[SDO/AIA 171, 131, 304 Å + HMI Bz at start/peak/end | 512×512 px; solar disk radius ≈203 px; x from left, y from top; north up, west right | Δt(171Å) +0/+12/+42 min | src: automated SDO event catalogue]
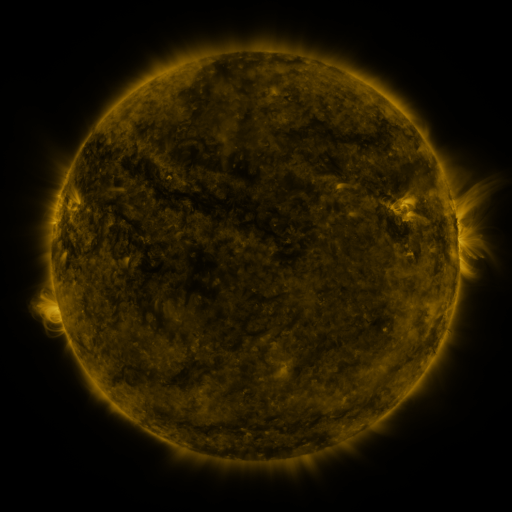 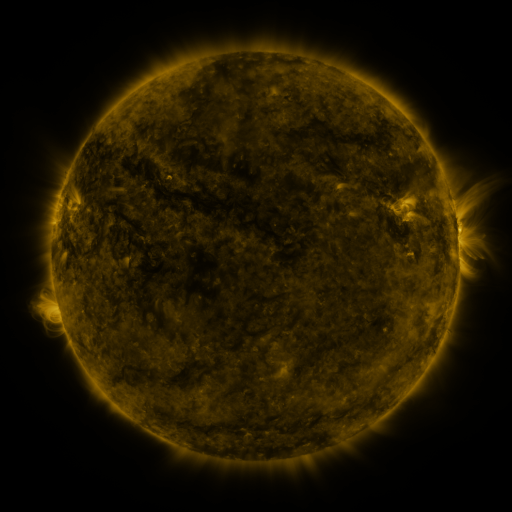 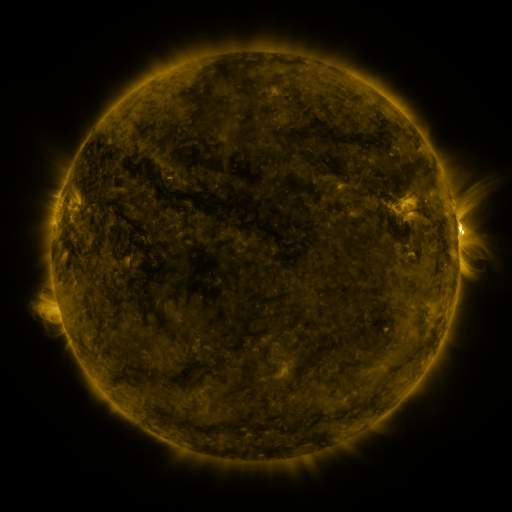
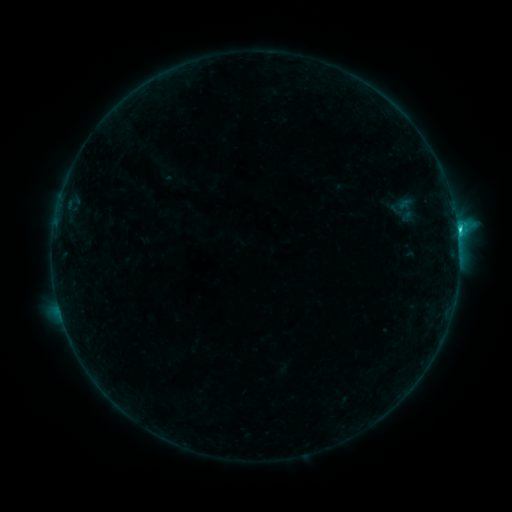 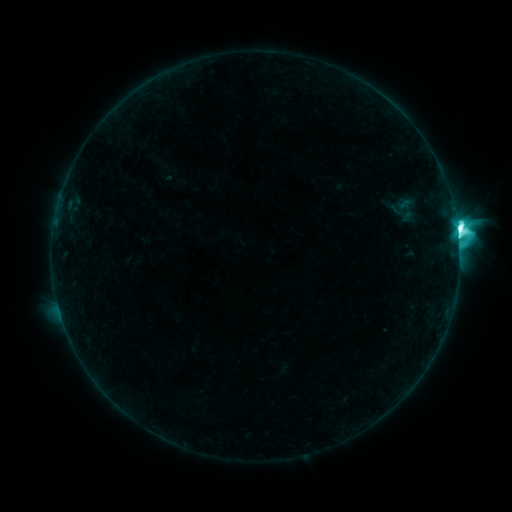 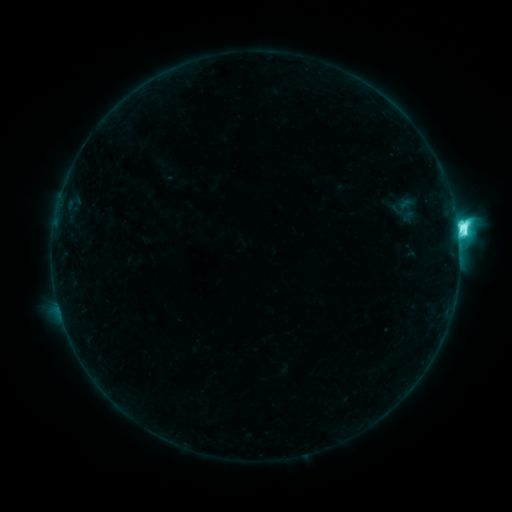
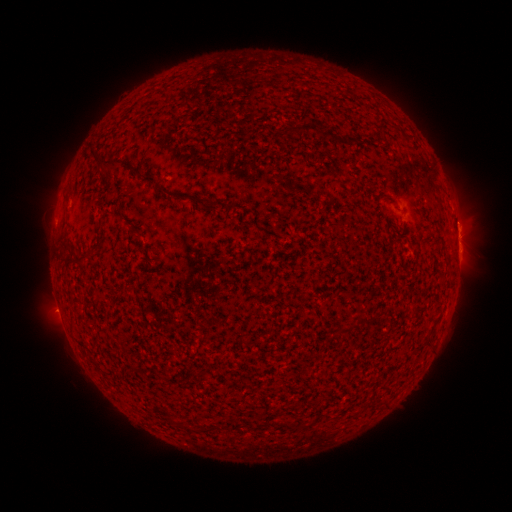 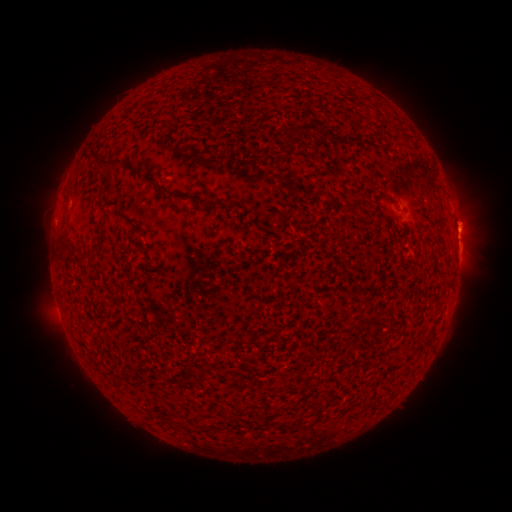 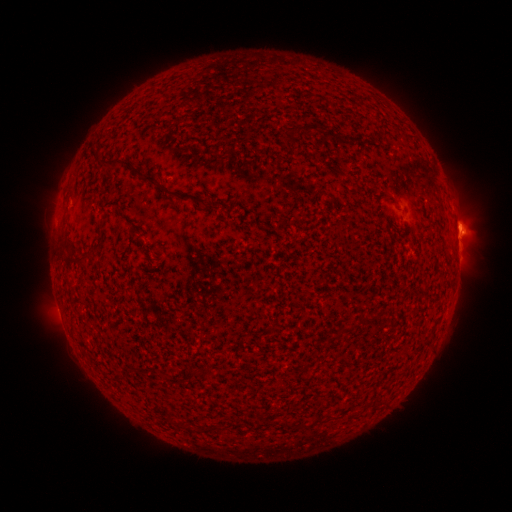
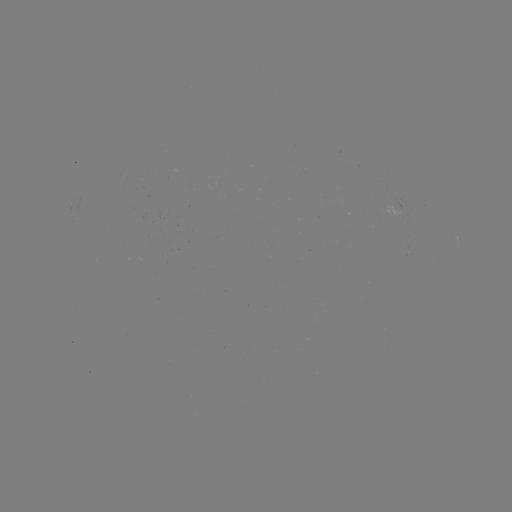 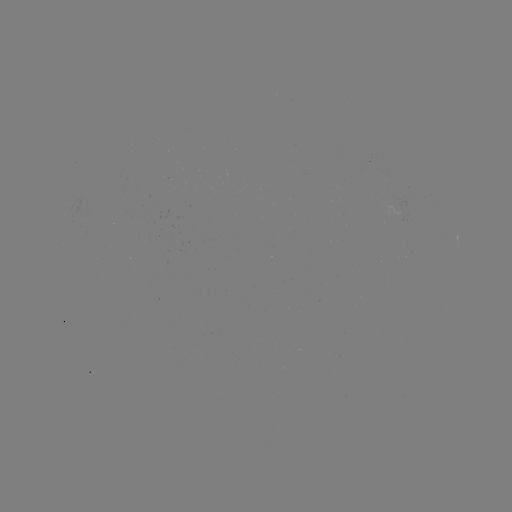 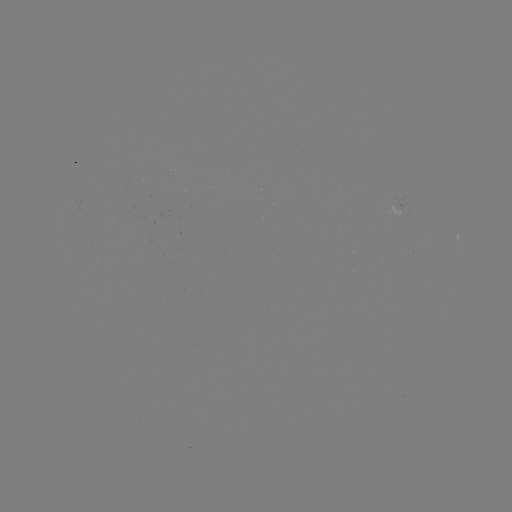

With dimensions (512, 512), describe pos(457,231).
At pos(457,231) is M1.9 flare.